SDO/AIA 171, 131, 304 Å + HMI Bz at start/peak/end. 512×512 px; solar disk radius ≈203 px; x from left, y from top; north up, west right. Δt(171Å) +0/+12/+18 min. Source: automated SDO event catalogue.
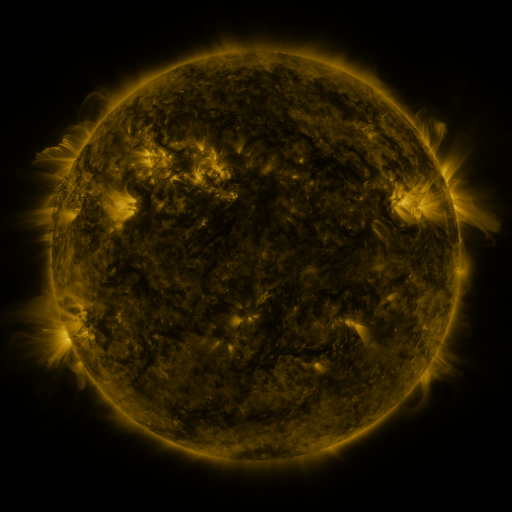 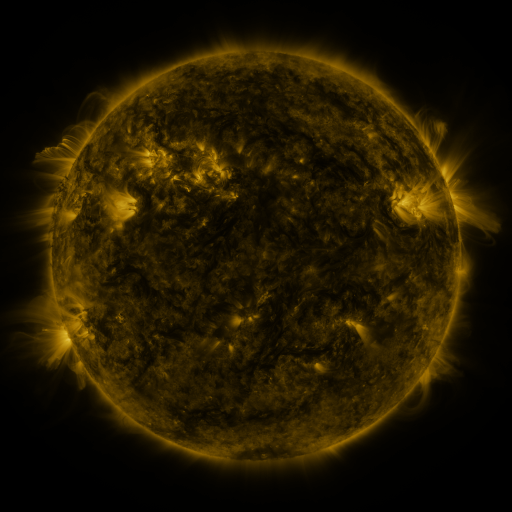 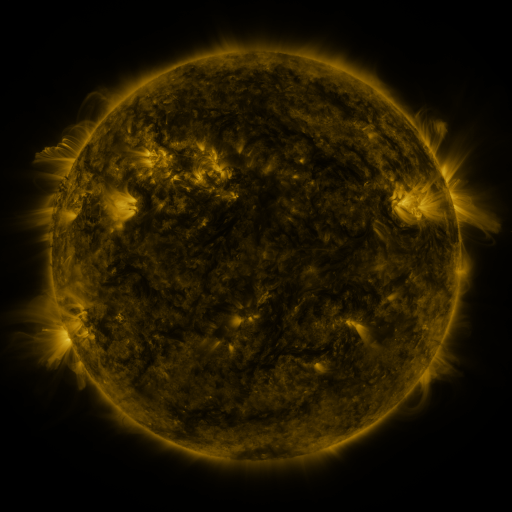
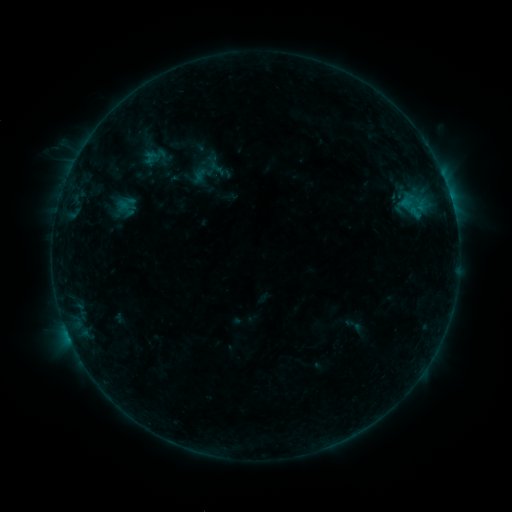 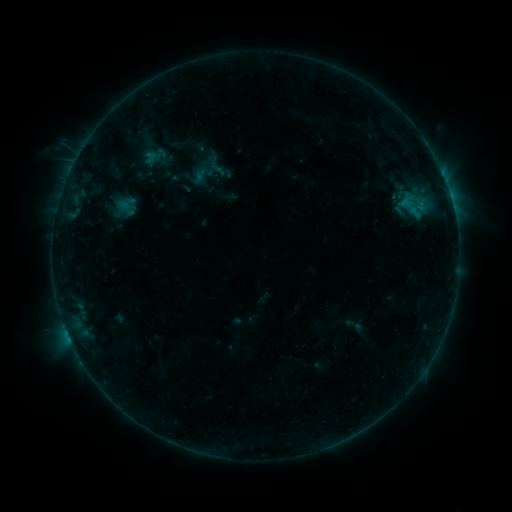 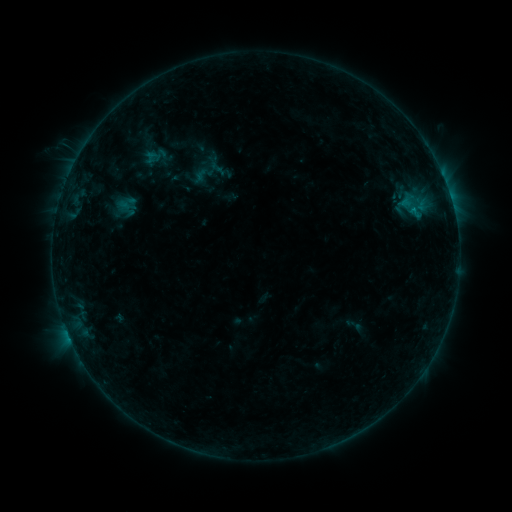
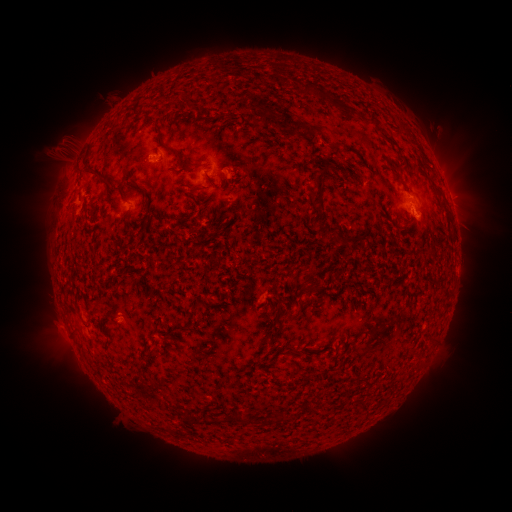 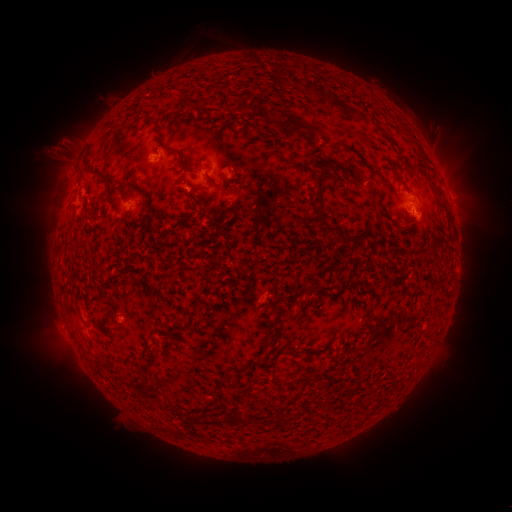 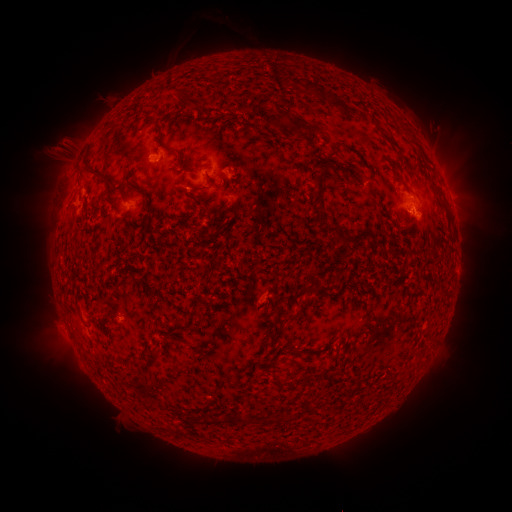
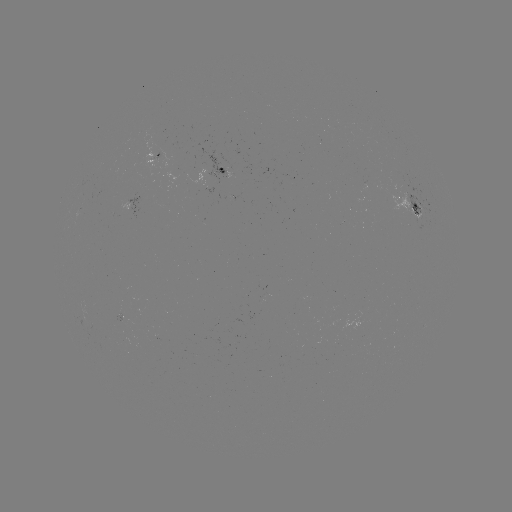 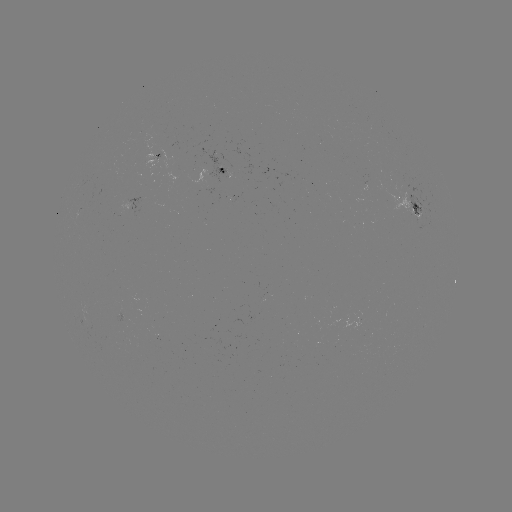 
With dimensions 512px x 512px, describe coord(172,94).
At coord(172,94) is eruption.